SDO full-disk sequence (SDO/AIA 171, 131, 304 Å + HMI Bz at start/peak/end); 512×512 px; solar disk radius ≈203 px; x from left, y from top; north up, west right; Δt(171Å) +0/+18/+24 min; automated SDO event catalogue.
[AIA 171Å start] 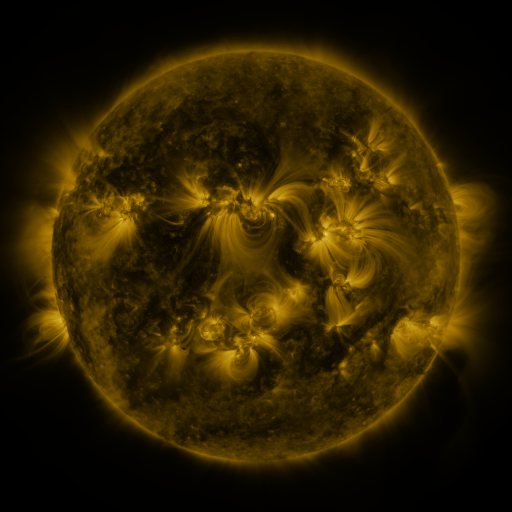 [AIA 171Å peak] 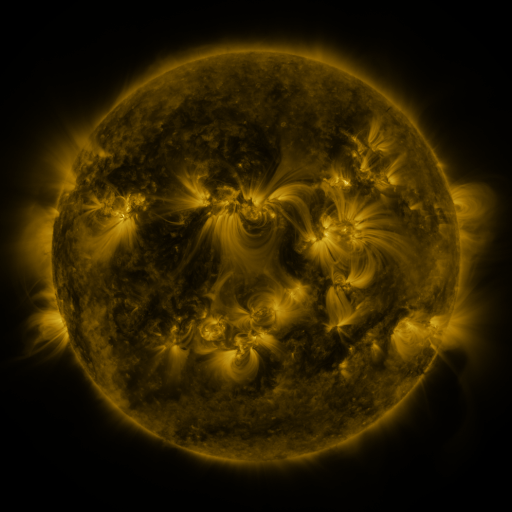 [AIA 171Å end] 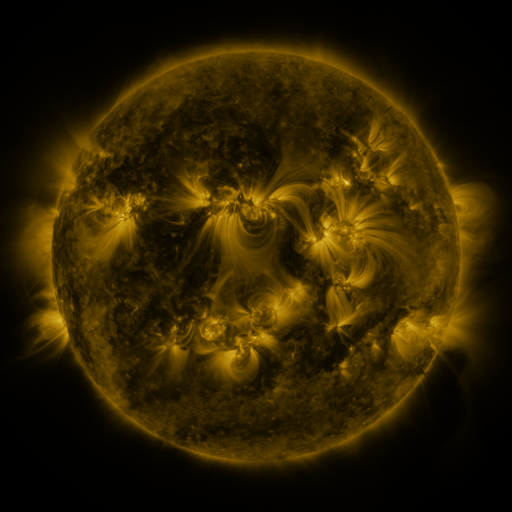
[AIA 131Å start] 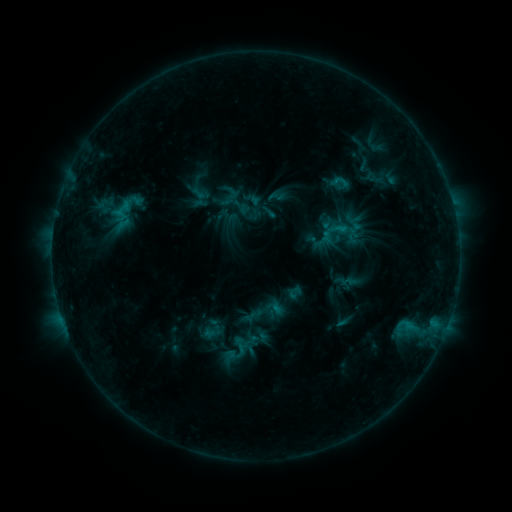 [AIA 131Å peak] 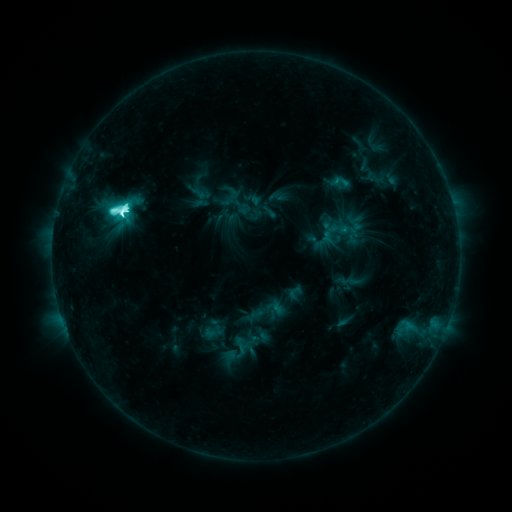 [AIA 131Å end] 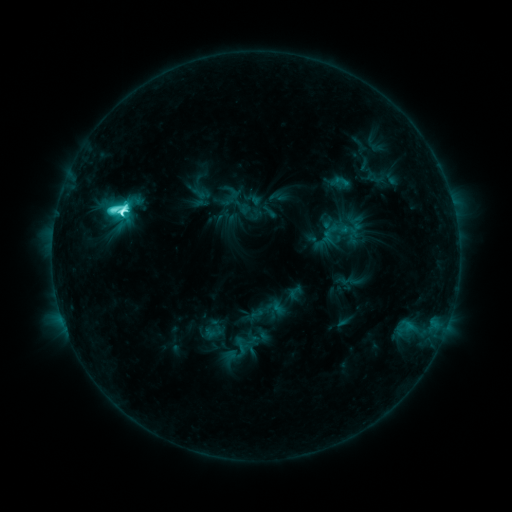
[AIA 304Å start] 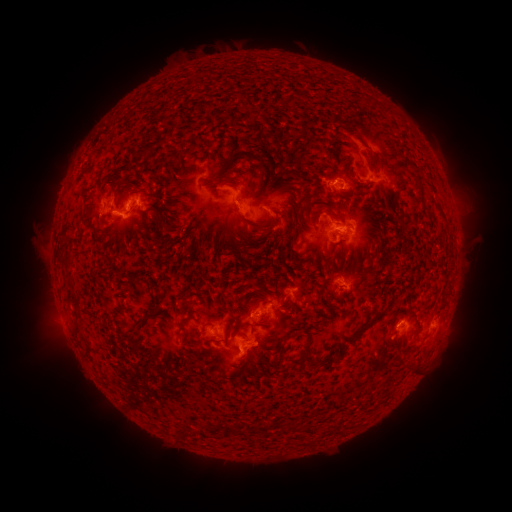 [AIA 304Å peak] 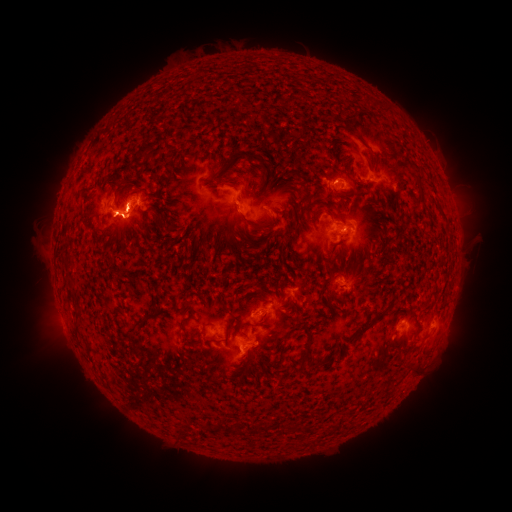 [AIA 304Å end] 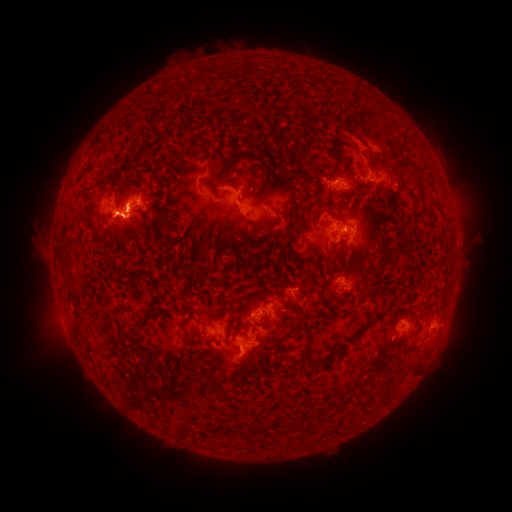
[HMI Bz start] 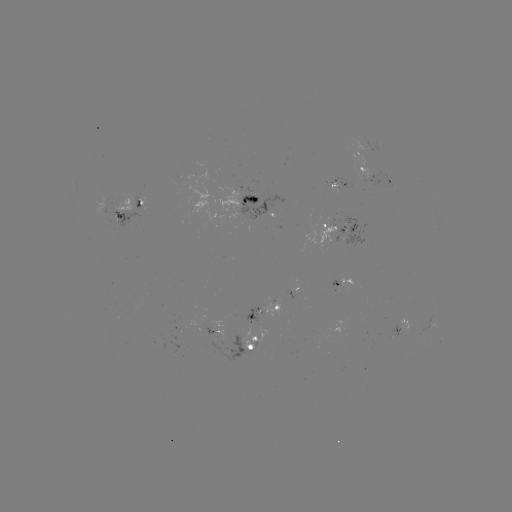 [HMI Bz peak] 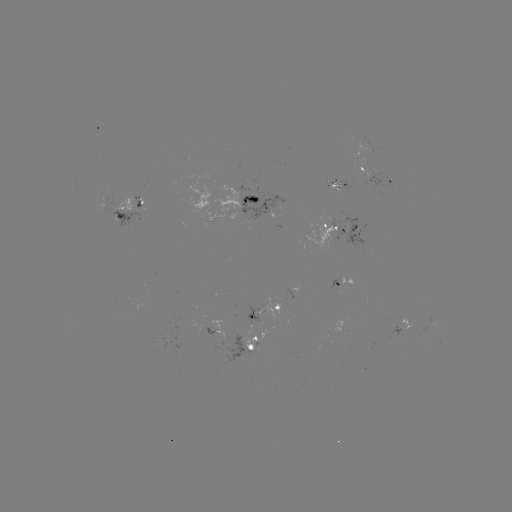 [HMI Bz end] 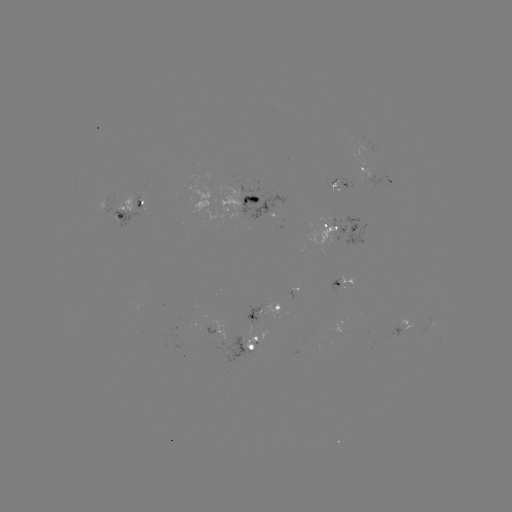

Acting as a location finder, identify M1.3 flare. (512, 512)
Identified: [127, 210].